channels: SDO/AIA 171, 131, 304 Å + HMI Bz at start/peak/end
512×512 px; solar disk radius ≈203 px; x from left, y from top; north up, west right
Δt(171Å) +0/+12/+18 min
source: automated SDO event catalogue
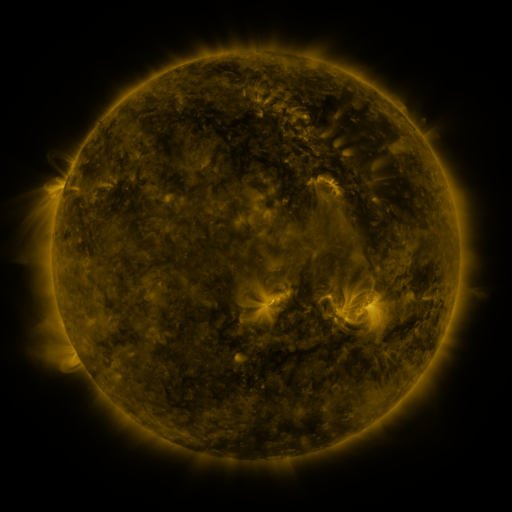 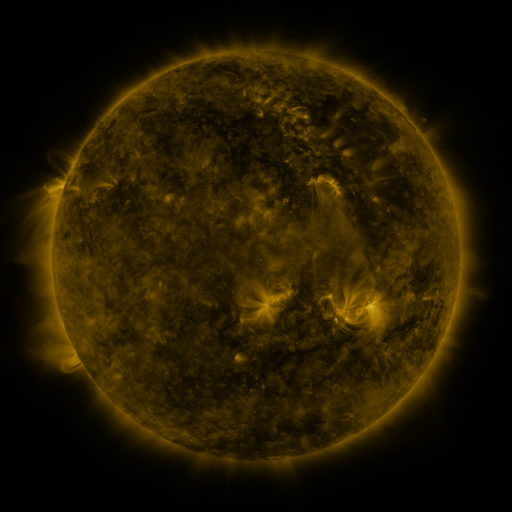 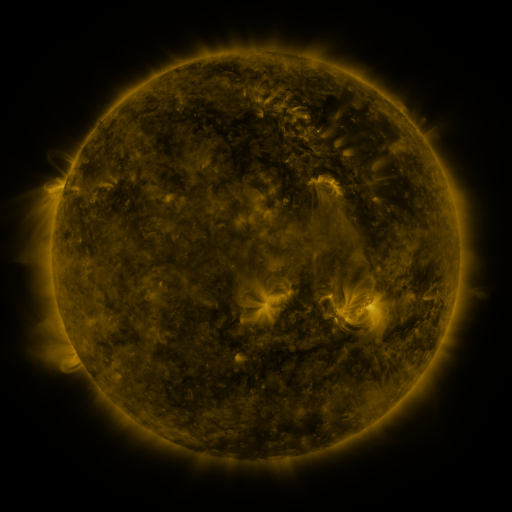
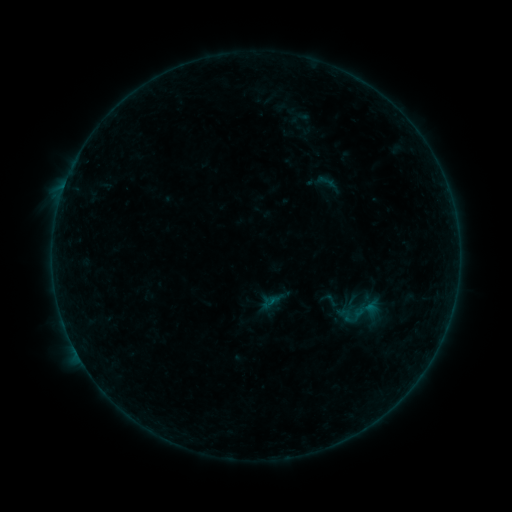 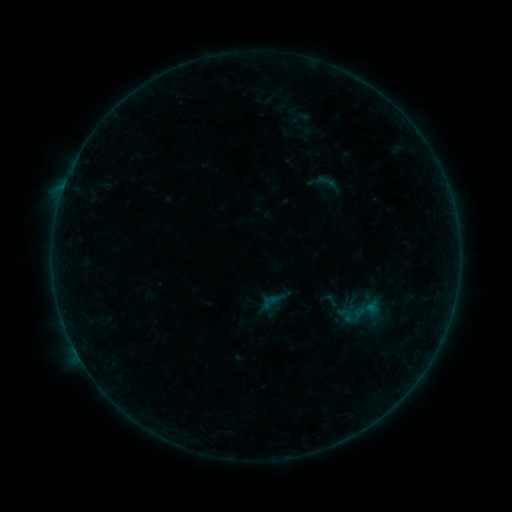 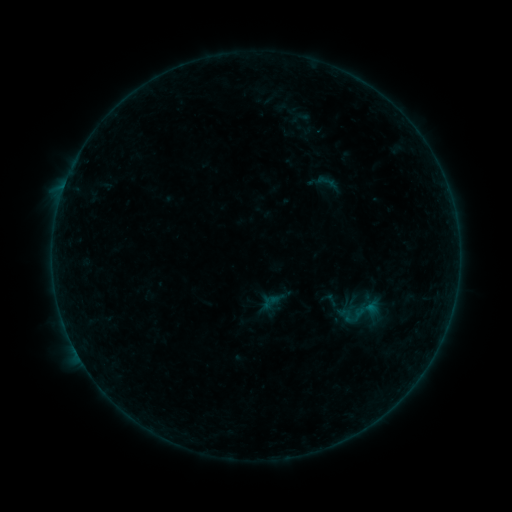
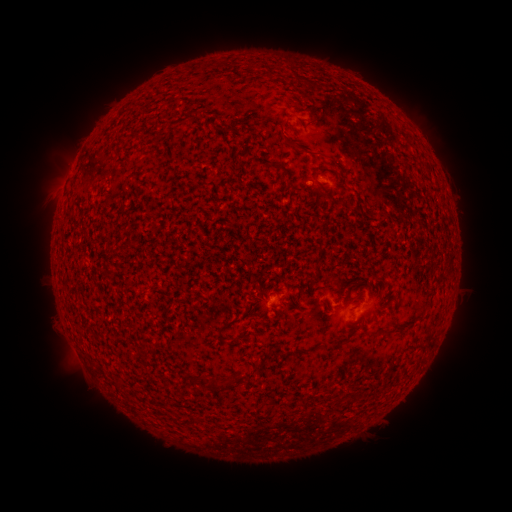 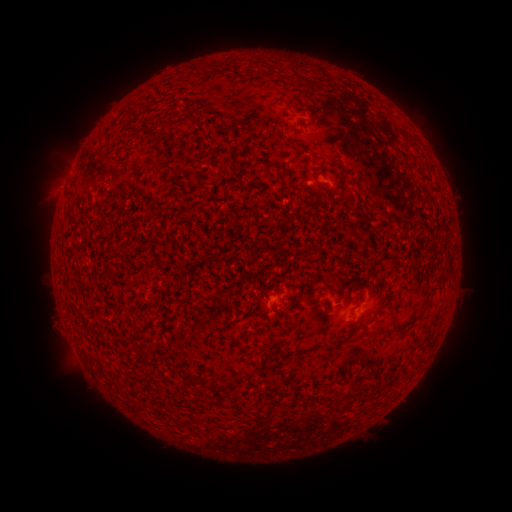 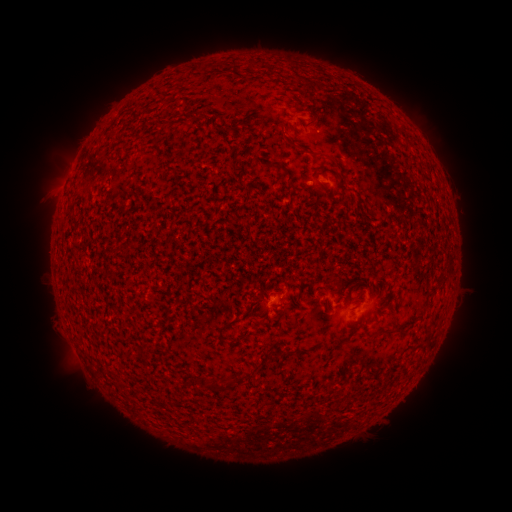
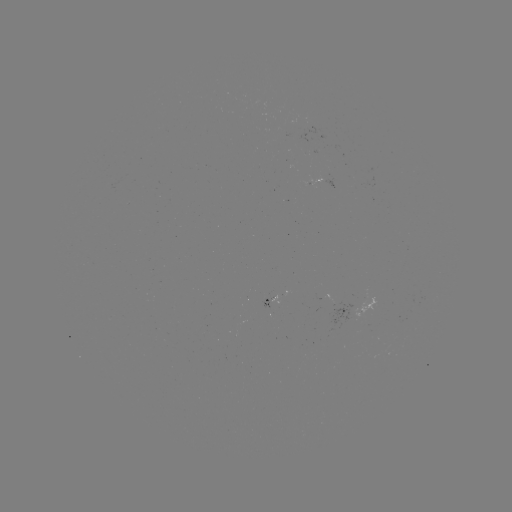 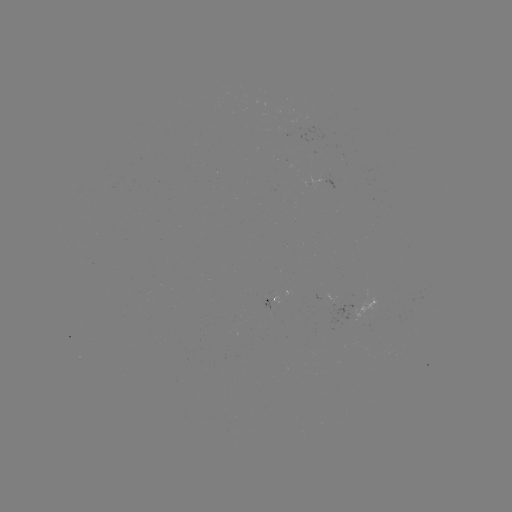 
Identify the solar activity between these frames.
no flare in any classed list; no EUV-trigger detection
